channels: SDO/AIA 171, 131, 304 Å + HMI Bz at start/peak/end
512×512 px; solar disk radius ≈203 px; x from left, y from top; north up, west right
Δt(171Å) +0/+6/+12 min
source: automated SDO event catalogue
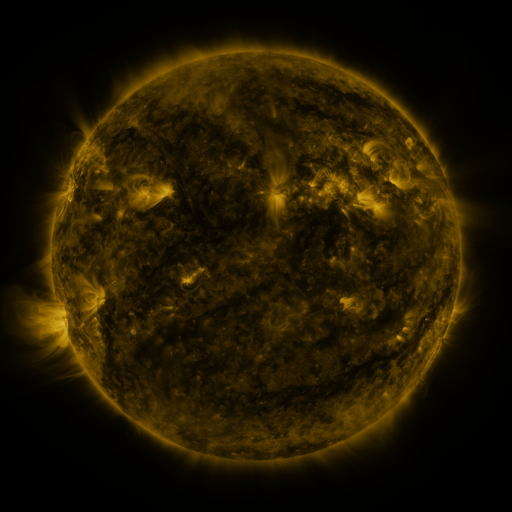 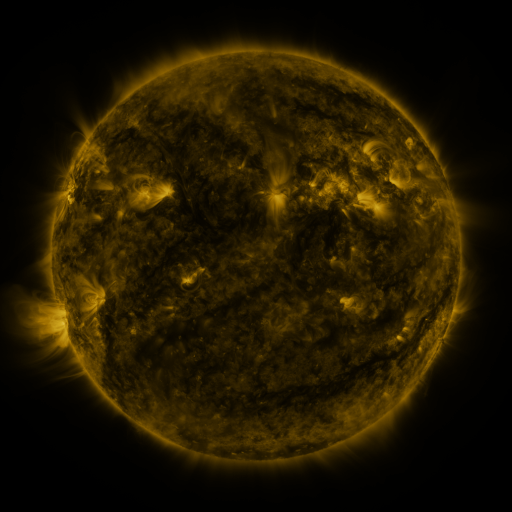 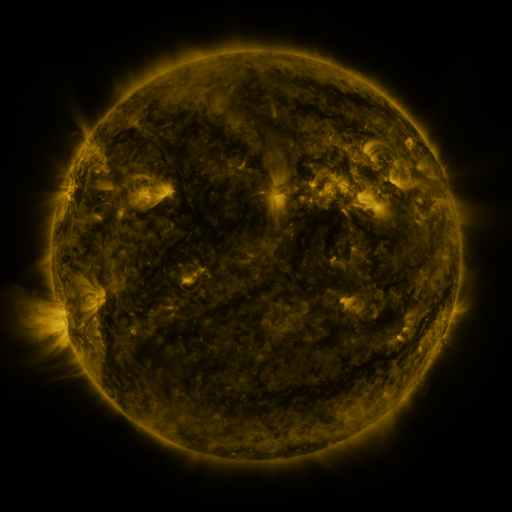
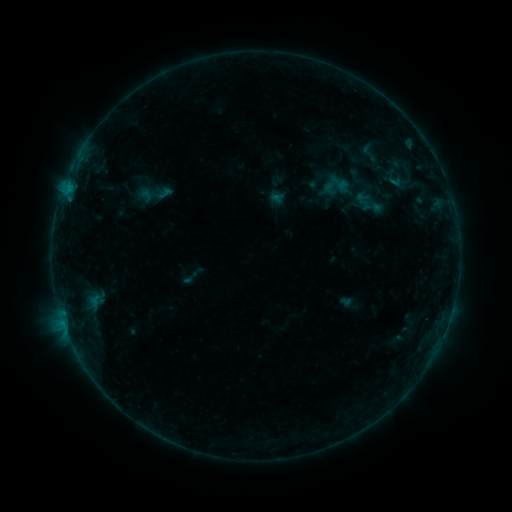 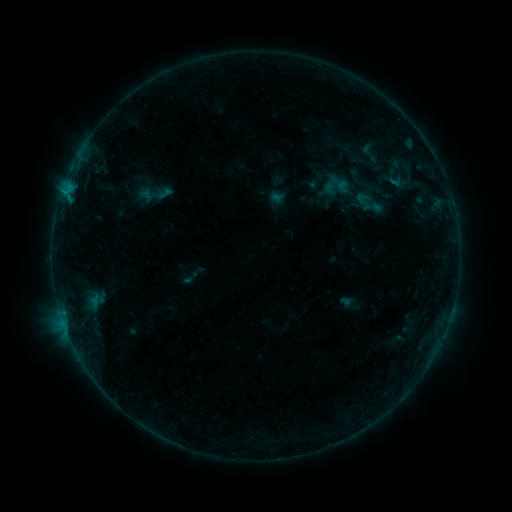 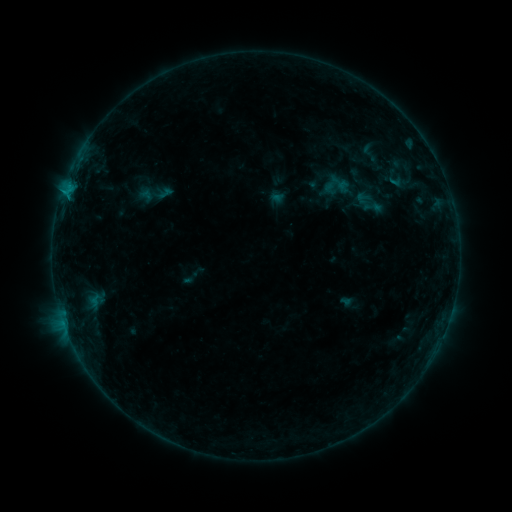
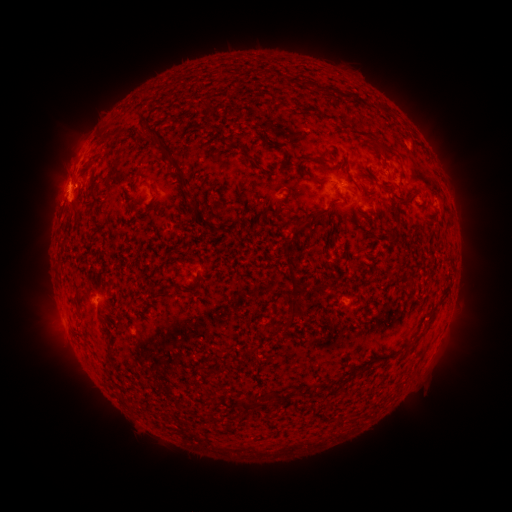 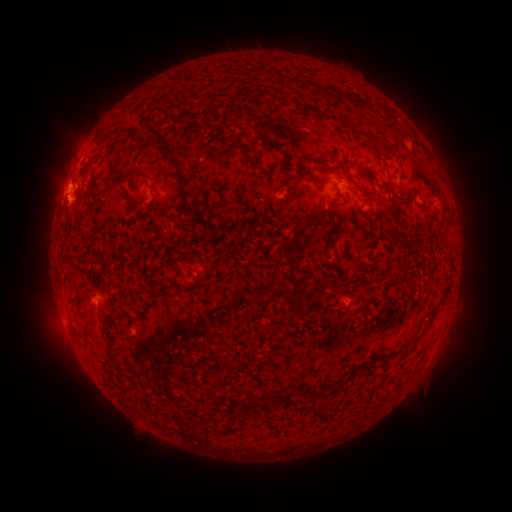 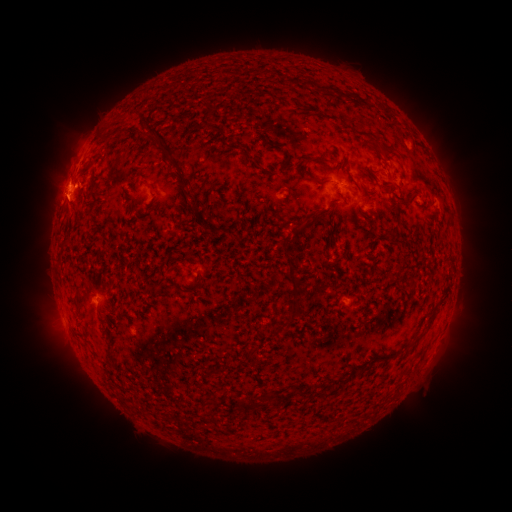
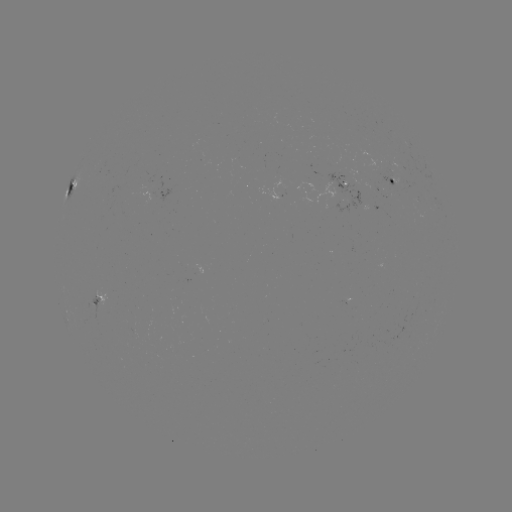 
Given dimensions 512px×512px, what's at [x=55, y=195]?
eruption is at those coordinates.